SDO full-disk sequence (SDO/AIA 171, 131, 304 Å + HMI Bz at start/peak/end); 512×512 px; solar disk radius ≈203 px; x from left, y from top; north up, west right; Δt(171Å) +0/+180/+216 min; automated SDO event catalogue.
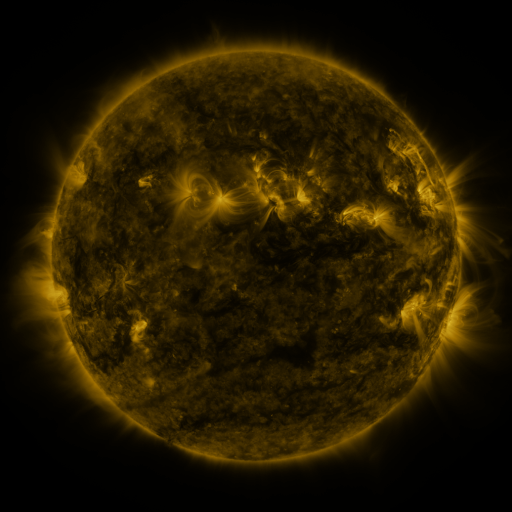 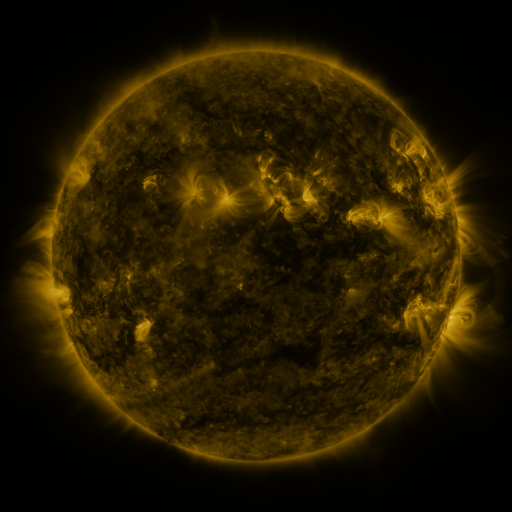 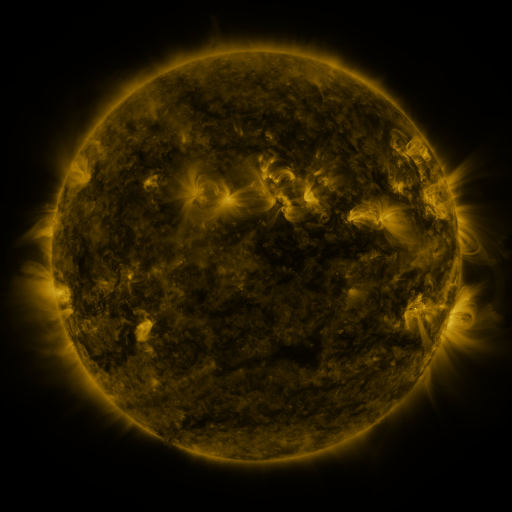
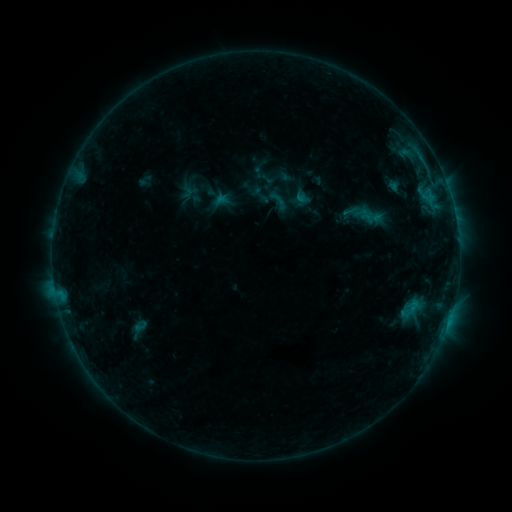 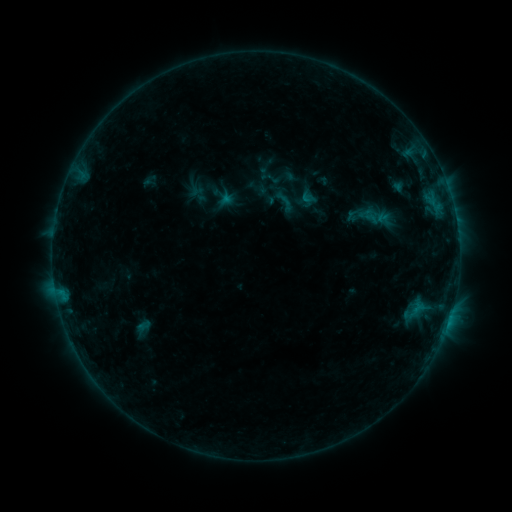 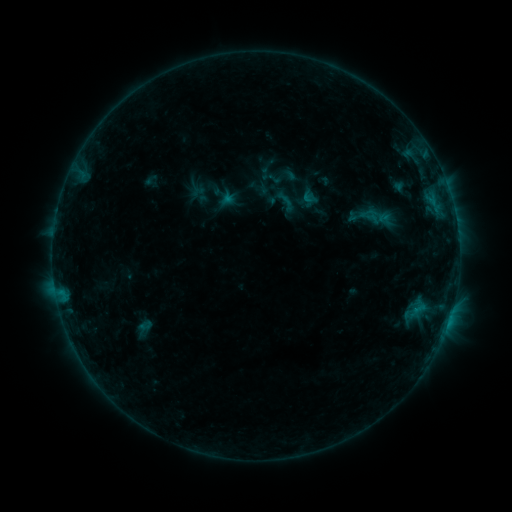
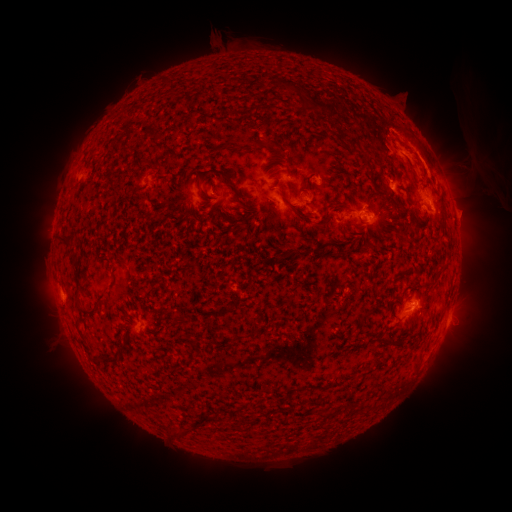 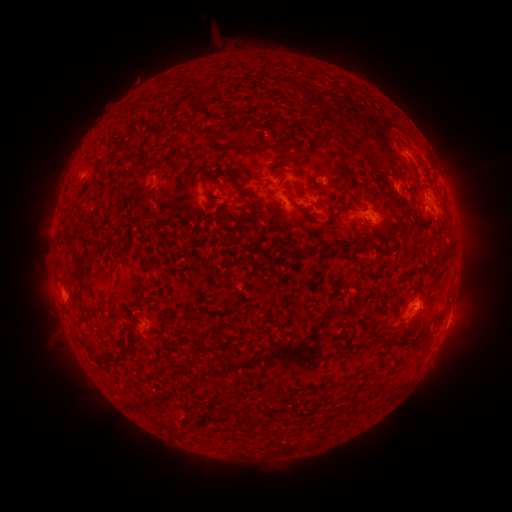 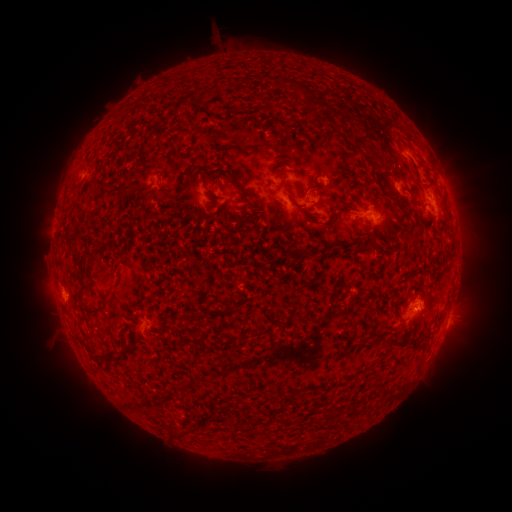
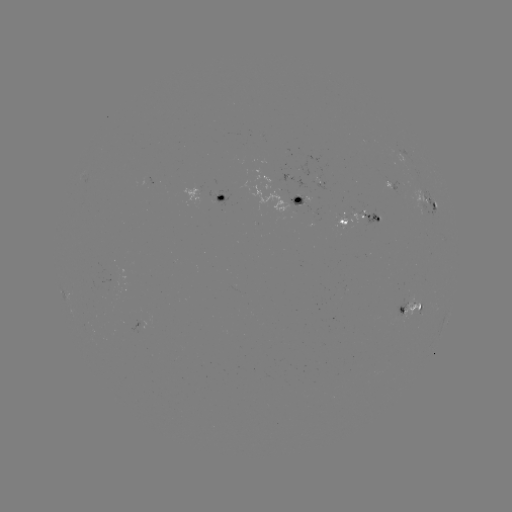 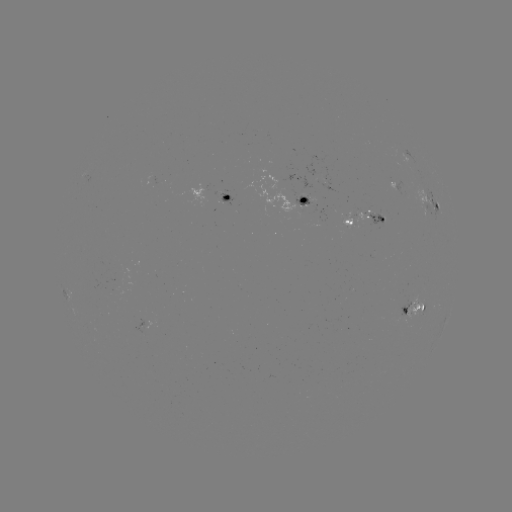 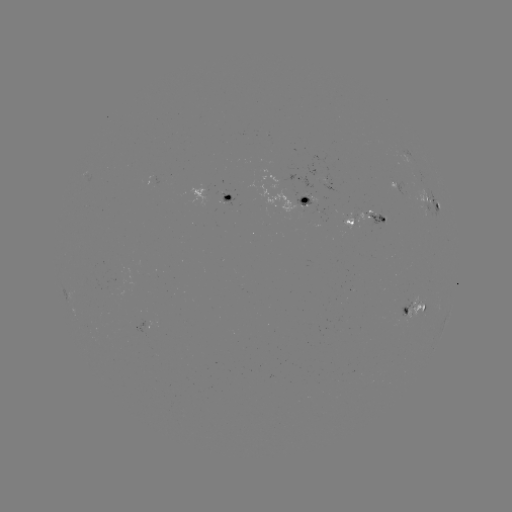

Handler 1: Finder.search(emerging-flux region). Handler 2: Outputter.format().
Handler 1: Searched emerging-flux region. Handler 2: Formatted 303,203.